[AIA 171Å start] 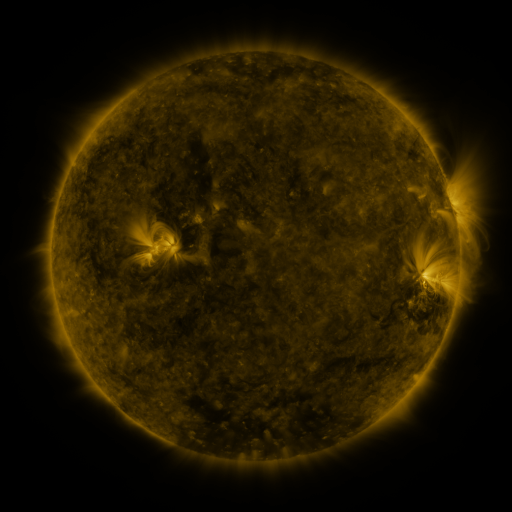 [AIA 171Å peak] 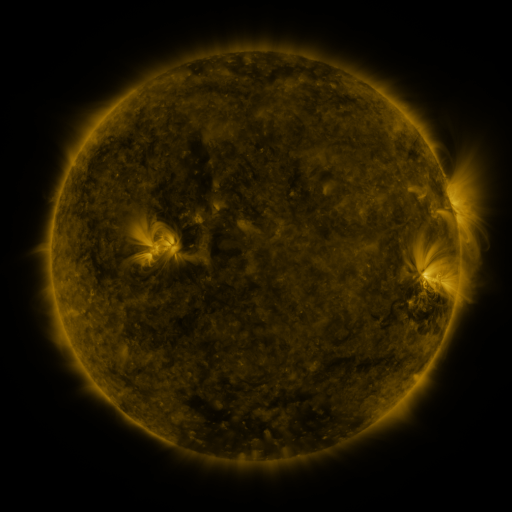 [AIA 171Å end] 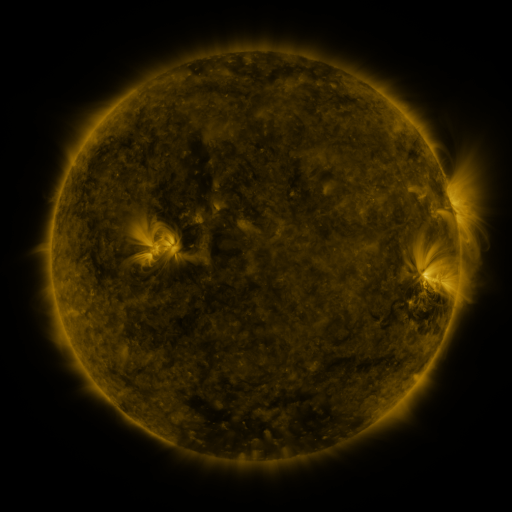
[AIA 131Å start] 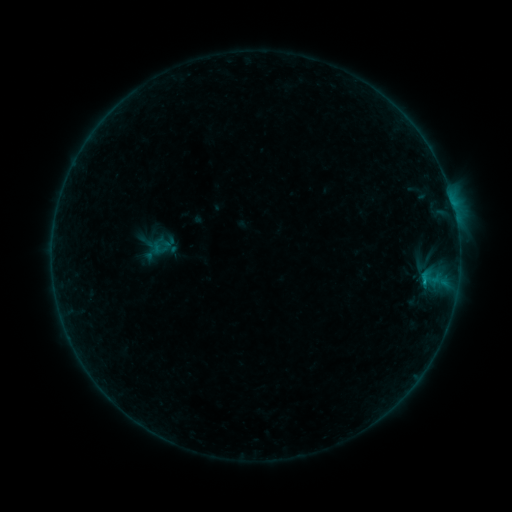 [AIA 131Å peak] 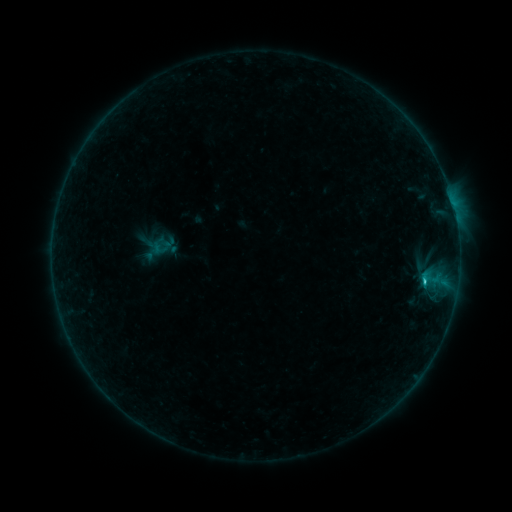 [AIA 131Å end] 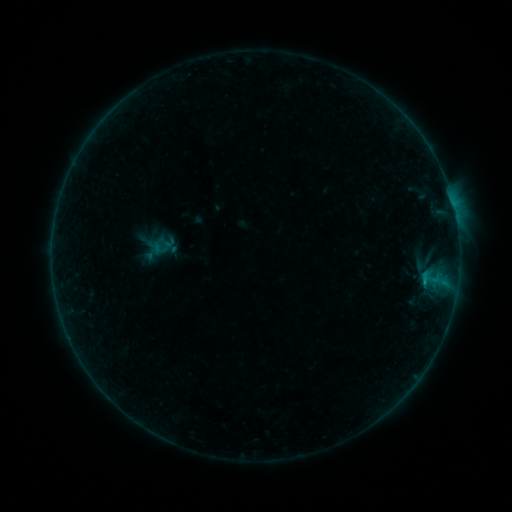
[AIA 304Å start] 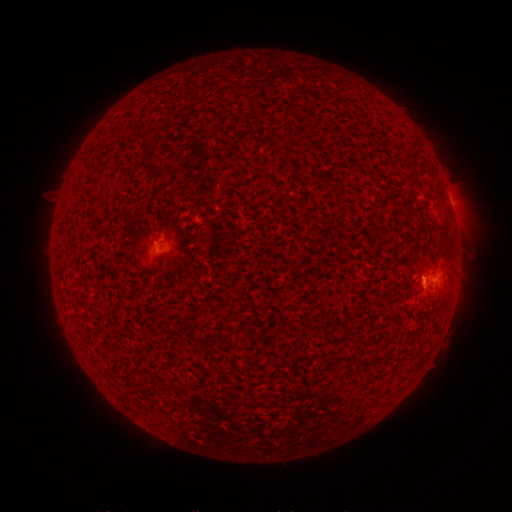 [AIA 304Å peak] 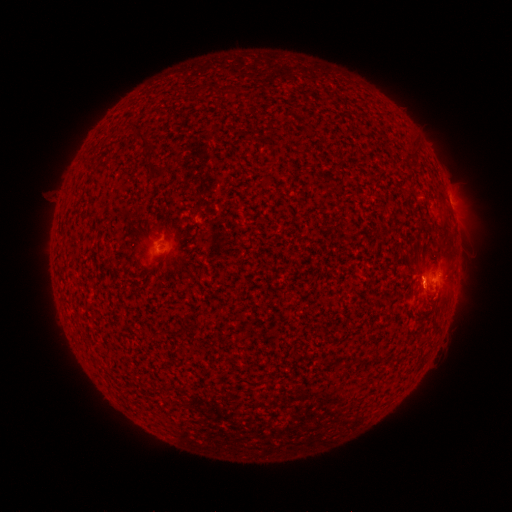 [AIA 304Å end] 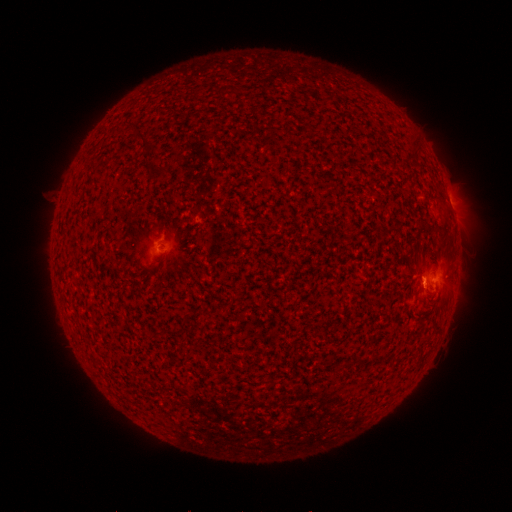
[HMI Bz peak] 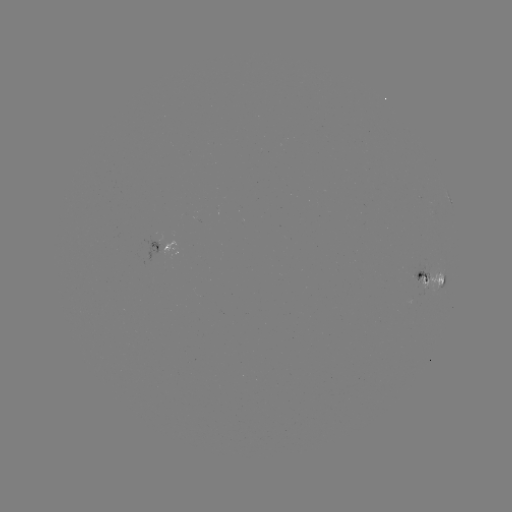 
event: flare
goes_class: B9.1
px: (424, 279)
